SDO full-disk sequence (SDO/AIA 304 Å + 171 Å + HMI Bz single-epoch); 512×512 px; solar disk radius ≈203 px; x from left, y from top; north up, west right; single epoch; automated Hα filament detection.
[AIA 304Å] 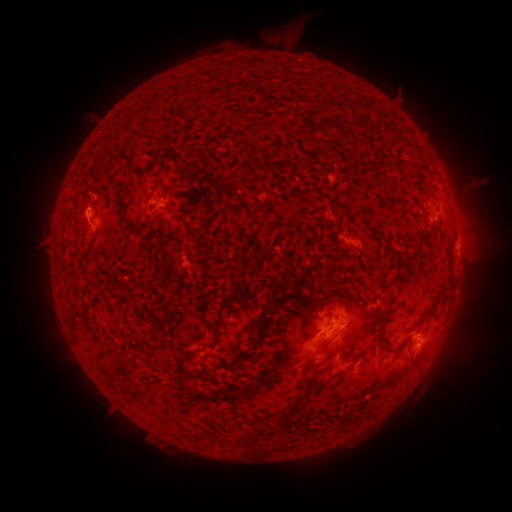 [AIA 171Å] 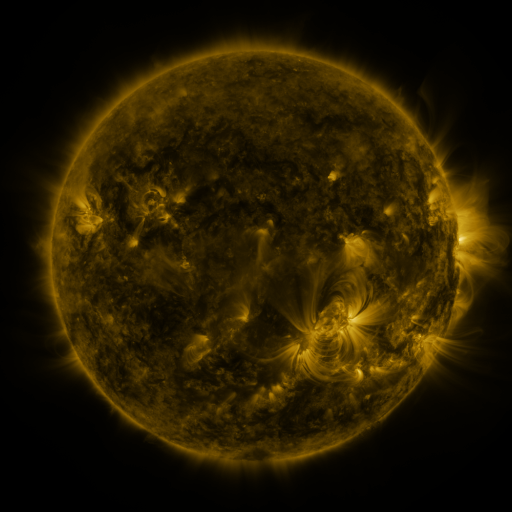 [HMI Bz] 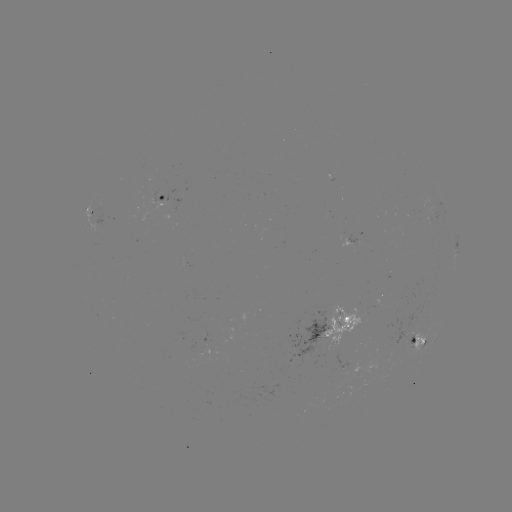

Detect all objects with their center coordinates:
filament: (249, 159)
filament: (158, 164)
filament: (281, 165)
filament: (134, 173)
filament: (156, 180)
filament: (257, 206)
filament: (119, 218)
filament: (187, 227)
filament: (205, 228)
filament: (86, 254)
filament: (327, 273)
filament: (444, 294)
filament: (279, 299)
filament: (263, 327)
filament: (218, 334)
filament: (388, 344)
filament: (130, 360)
filament: (236, 364)
filament: (186, 373)
filament: (113, 375)
filament: (323, 383)
filament: (304, 392)
